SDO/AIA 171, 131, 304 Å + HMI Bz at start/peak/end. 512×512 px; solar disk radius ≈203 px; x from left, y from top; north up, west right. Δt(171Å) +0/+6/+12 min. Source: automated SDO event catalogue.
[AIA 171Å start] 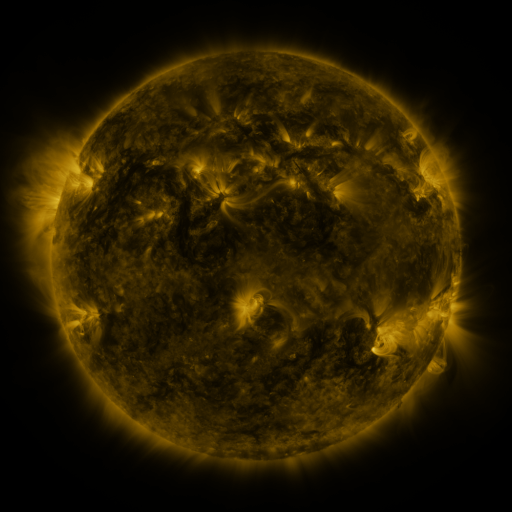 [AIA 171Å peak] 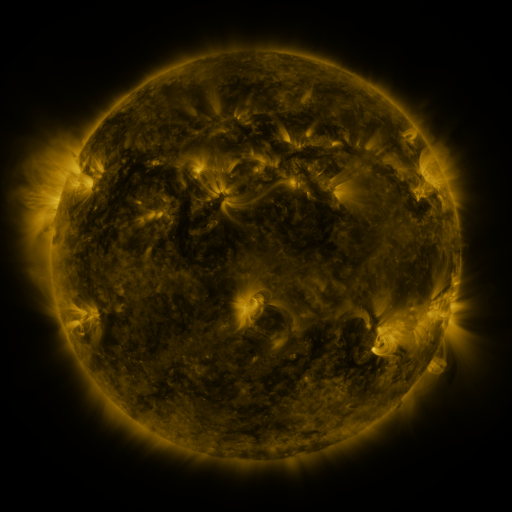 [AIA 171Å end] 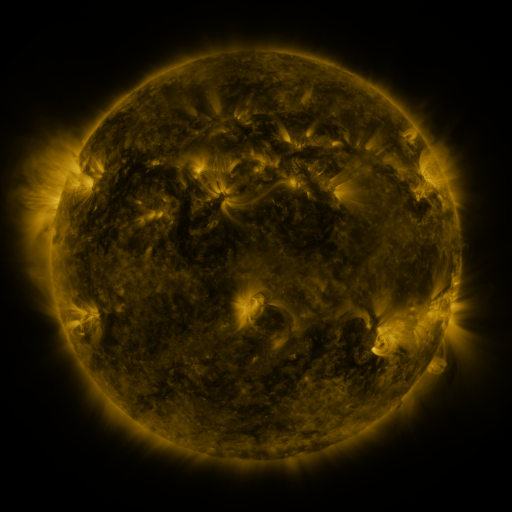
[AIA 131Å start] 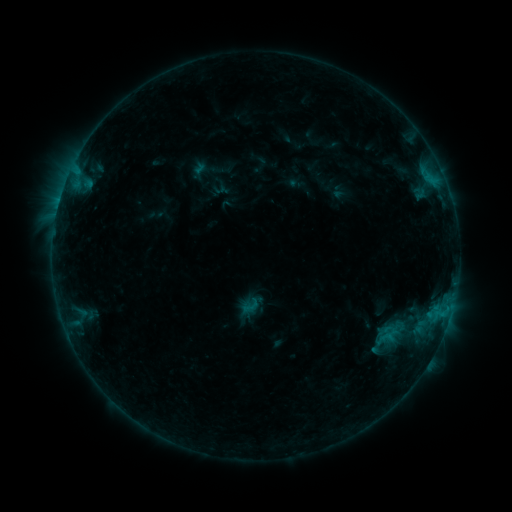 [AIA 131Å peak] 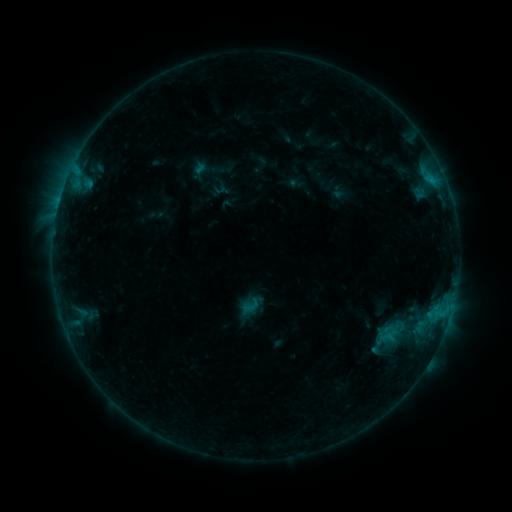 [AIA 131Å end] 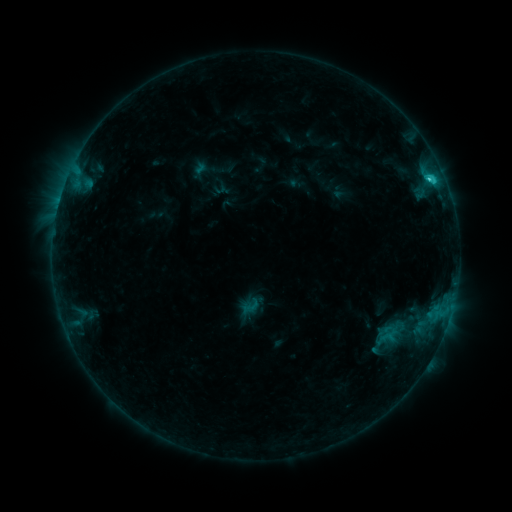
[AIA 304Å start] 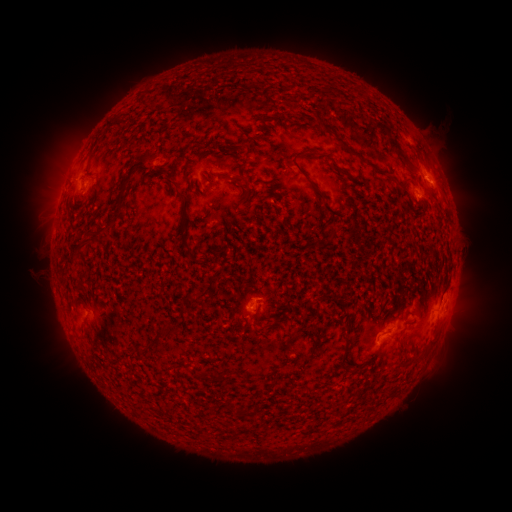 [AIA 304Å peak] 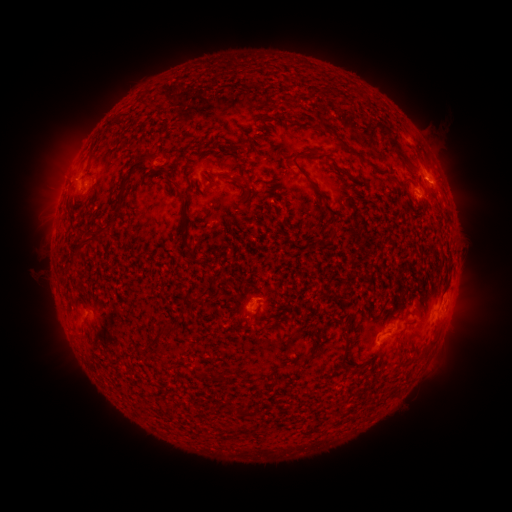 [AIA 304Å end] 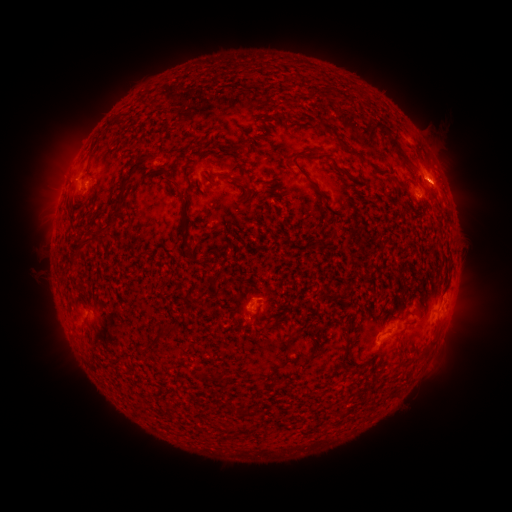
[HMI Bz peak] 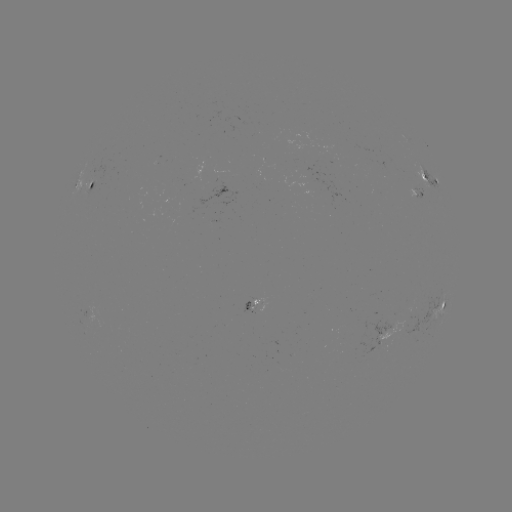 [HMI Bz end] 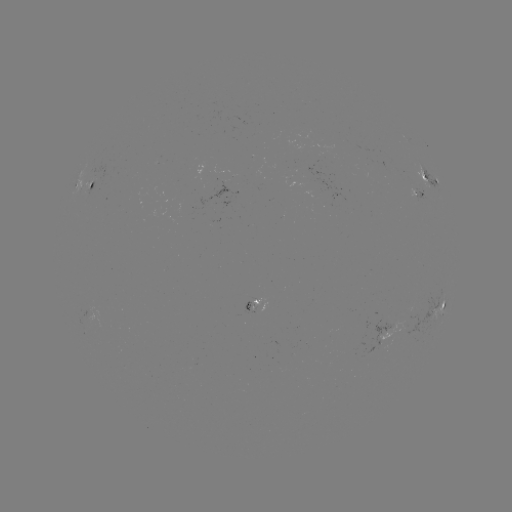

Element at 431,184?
C1.5 flare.